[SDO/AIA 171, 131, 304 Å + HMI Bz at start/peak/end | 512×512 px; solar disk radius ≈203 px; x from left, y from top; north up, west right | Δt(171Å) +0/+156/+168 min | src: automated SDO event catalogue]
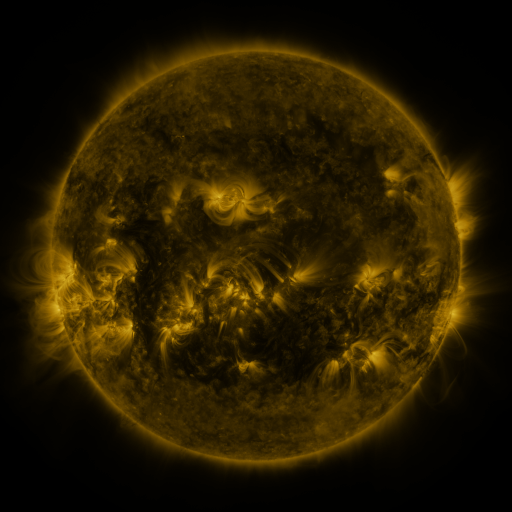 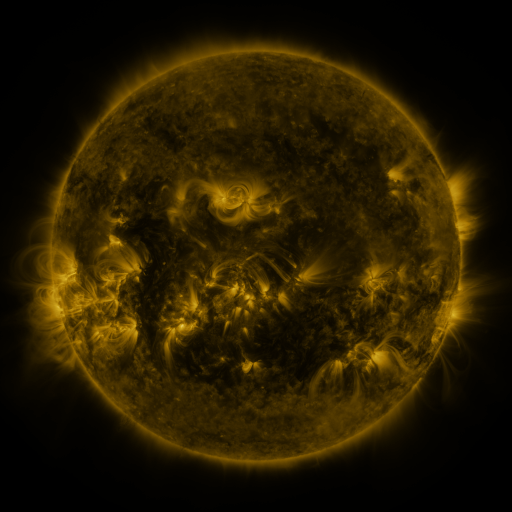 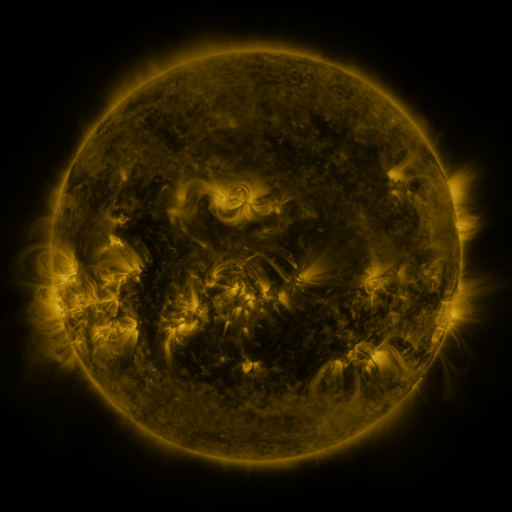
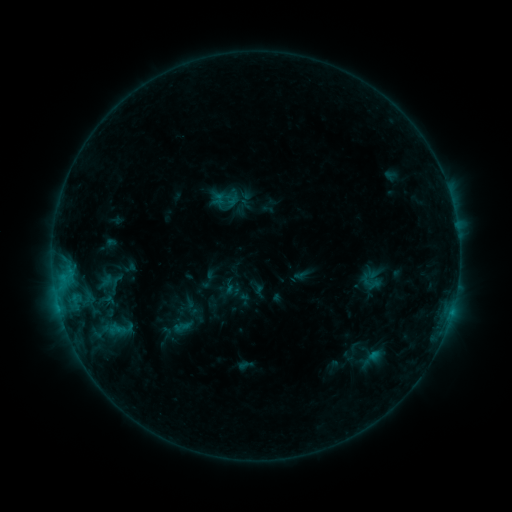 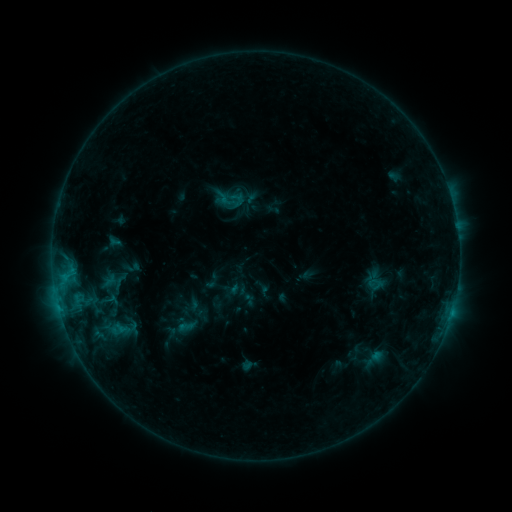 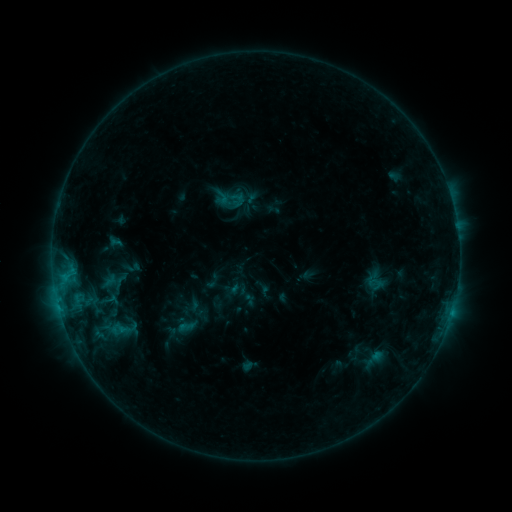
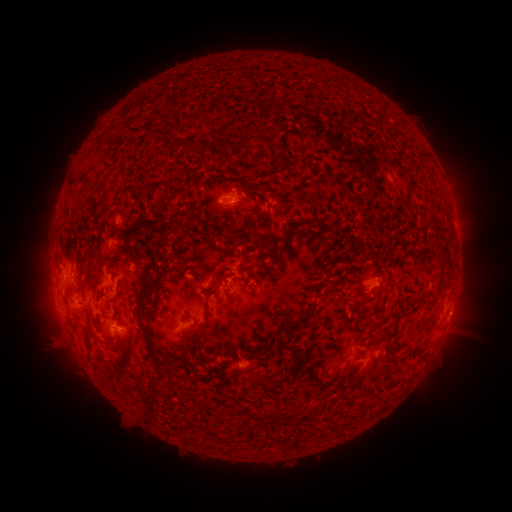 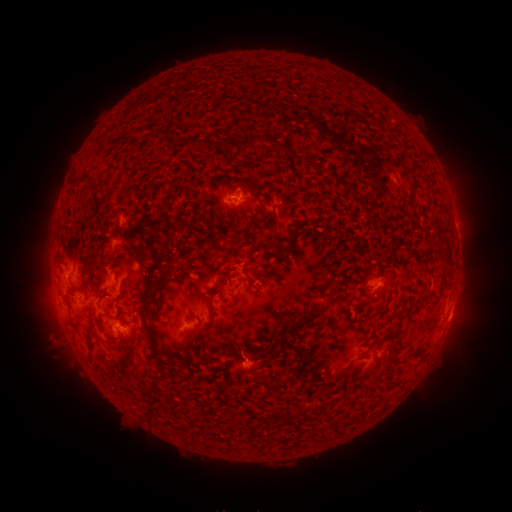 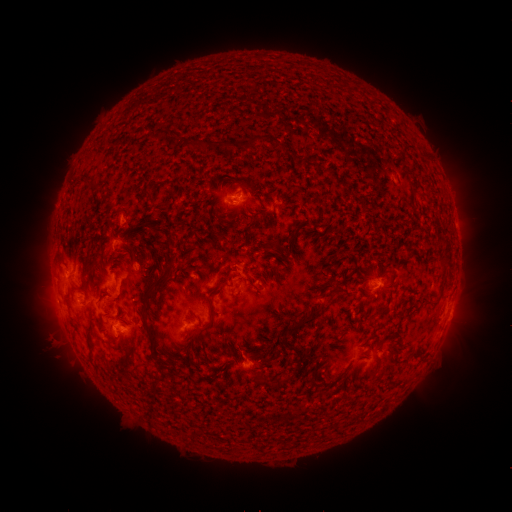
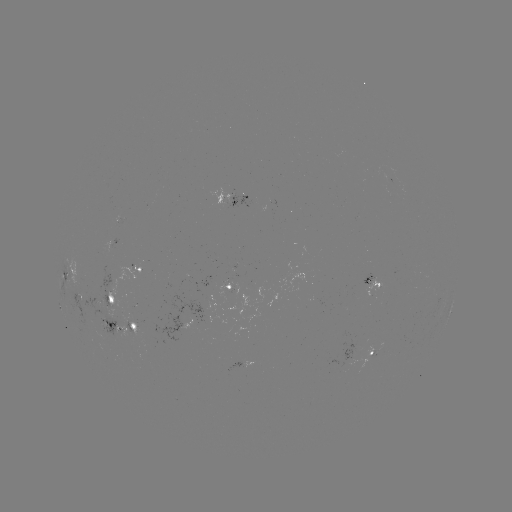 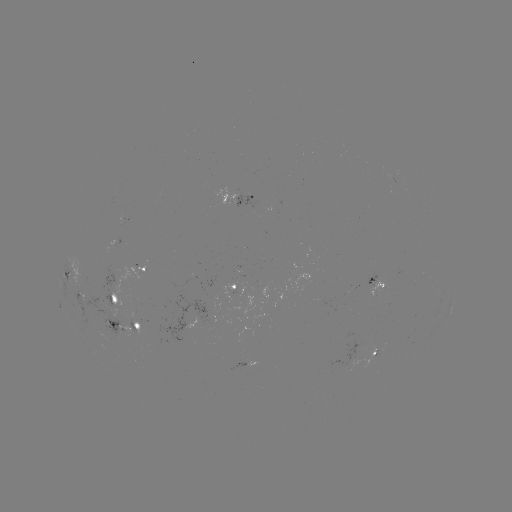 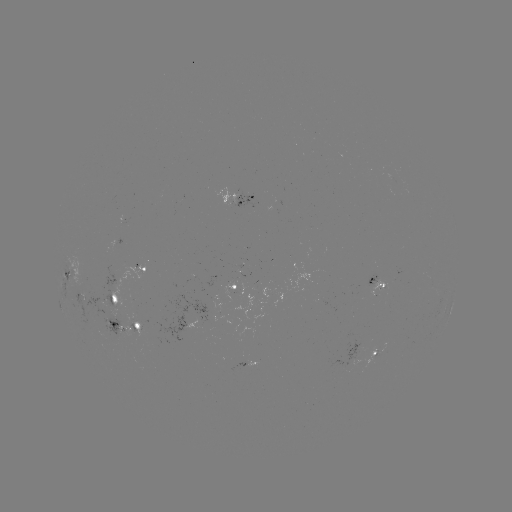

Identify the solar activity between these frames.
emerging-flux region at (132, 331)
